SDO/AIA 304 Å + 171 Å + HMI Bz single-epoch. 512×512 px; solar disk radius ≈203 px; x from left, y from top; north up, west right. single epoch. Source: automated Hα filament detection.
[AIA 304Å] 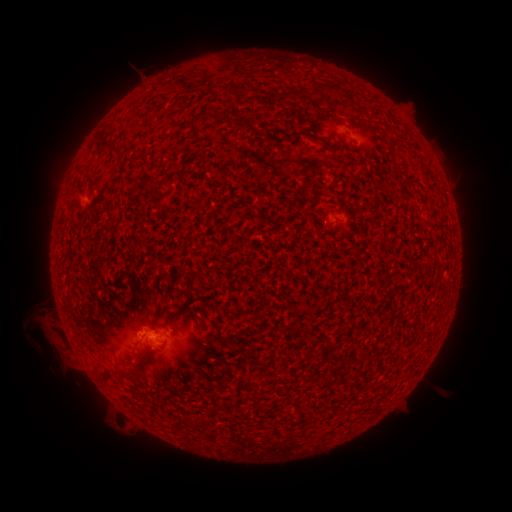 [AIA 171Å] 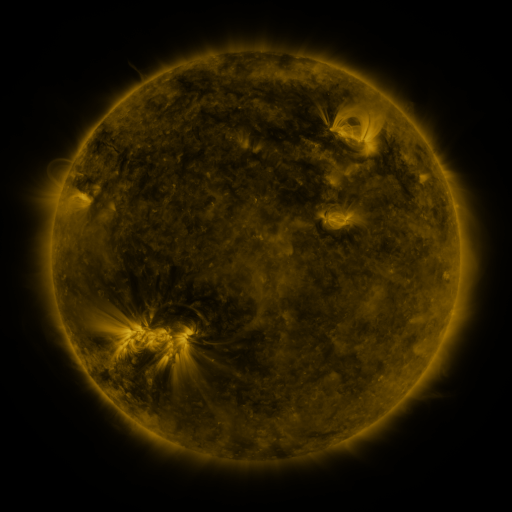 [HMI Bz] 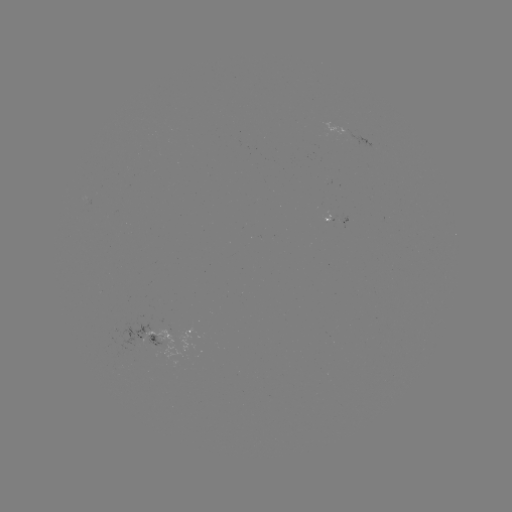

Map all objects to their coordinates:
filament: (321, 89)
filament: (337, 89)
filament: (196, 133)
filament: (303, 136)
filament: (114, 145)
filament: (128, 368)
